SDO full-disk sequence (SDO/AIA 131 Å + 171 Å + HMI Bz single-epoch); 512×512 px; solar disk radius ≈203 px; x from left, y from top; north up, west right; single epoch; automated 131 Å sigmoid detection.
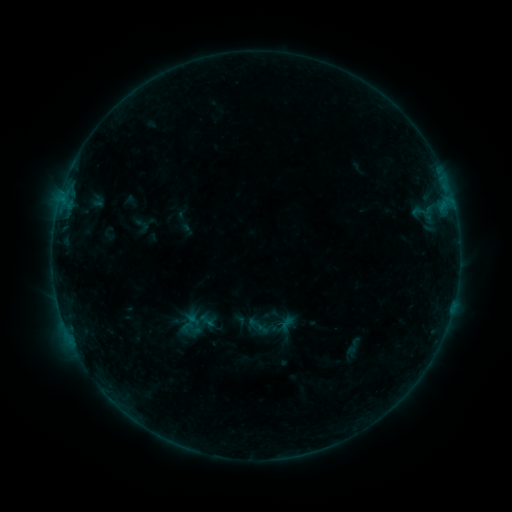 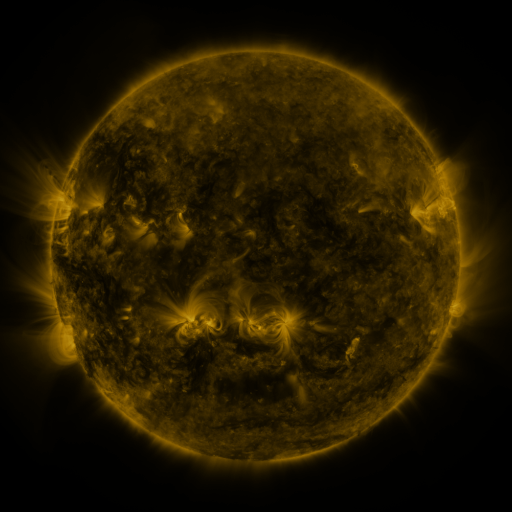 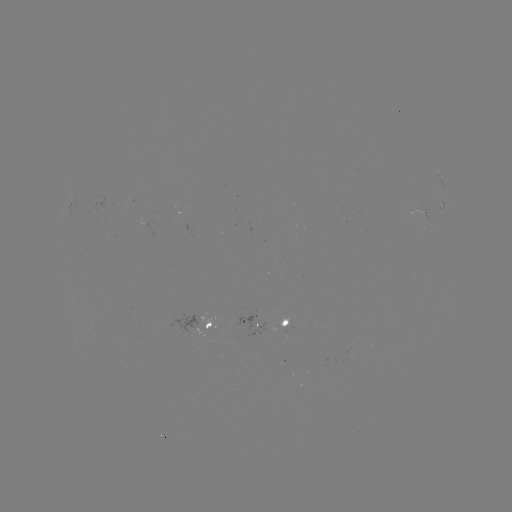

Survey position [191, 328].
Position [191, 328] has sigmoid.